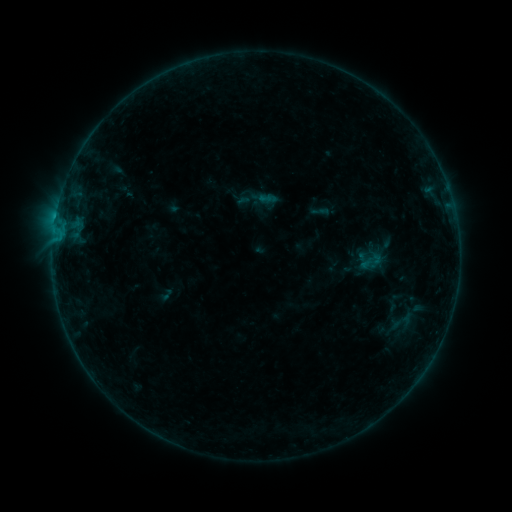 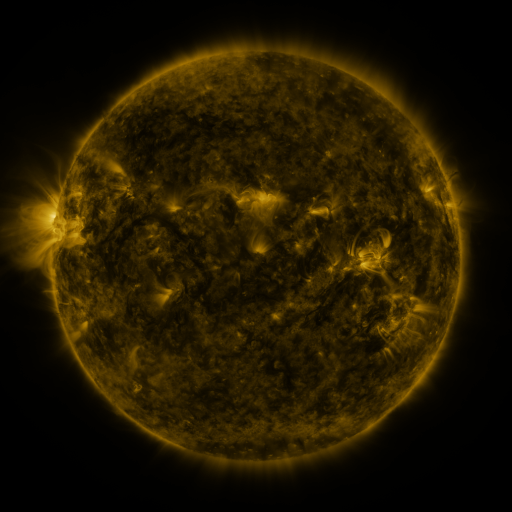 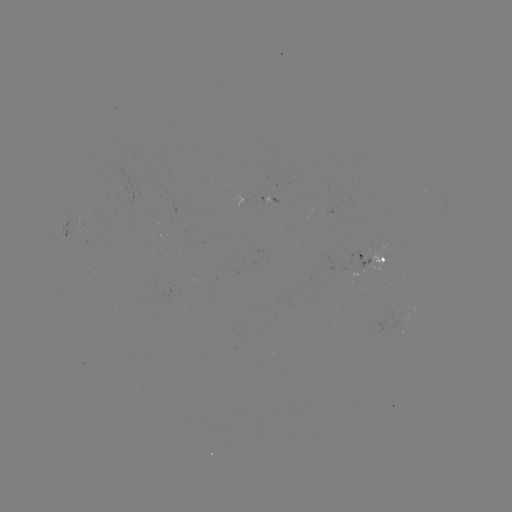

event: sigmoid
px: (371, 262)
